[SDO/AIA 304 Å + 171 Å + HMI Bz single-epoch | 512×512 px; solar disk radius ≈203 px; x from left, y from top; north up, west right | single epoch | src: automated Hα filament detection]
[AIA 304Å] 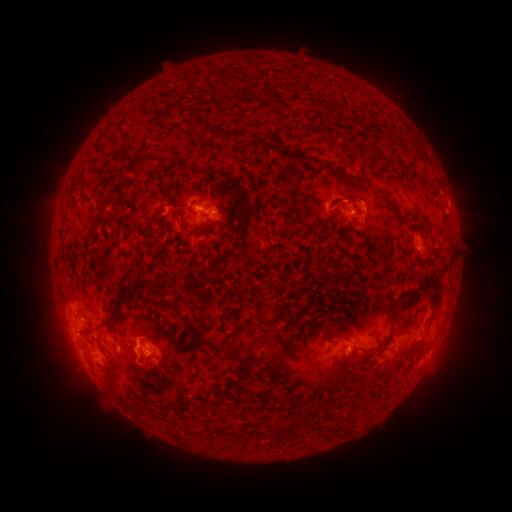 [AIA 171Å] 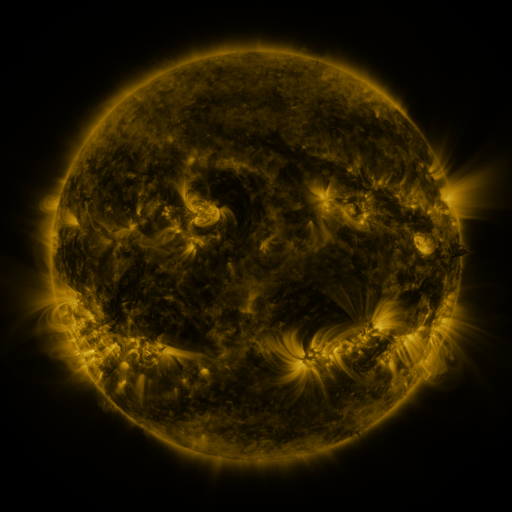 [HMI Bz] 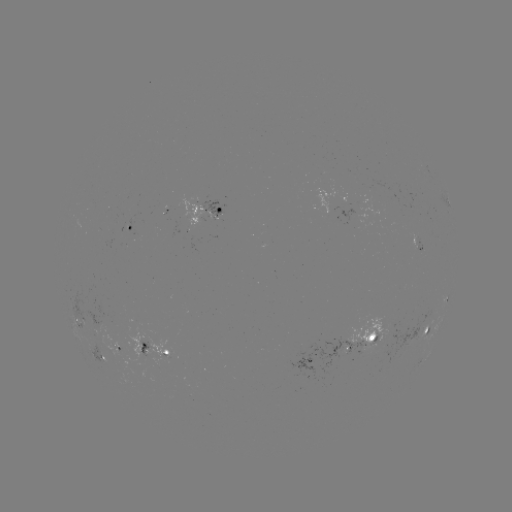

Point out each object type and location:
filament: <bbox>275, 67, 283, 77</bbox>
filament: <bbox>193, 108, 200, 118</bbox>
filament: <bbox>365, 119, 379, 132</bbox>
filament: <bbox>200, 126, 238, 141</bbox>
filament: <bbox>276, 147, 288, 155</bbox>
filament: <bbox>133, 154, 152, 175</bbox>
filament: <bbox>309, 157, 322, 173</bbox>
filament: <bbox>298, 159, 309, 165</bbox>
filament: <bbox>419, 165, 429, 183</bbox>
filament: <bbox>334, 167, 367, 189</bbox>
filament: <bbox>328, 199, 346, 212</bbox>
filament: <bbox>240, 203, 251, 240</bbox>
filament: <bbox>178, 215, 200, 237</bbox>
filament: <bbox>416, 270, 443, 309</bbox>
filament: <bbox>96, 278, 162, 332</bbox>
filament: <bbox>156, 278, 171, 294</bbox>
filament: <bbox>197, 300, 211, 340</bbox>
filament: <bbox>387, 304, 397, 341</bbox>
filament: <bbox>79, 326, 93, 338</bbox>
filament: <bbox>260, 335, 280, 350</bbox>
filament: <bbox>223, 343, 250, 360</bbox>
filament: <bbox>226, 383, 237, 392</bbox>
filament: <bbox>329, 418, 343, 432</bbox>
filament: <bbox>277, 420, 285, 430</bbox>
filament: <bbox>230, 426, 245, 438</bbox>
